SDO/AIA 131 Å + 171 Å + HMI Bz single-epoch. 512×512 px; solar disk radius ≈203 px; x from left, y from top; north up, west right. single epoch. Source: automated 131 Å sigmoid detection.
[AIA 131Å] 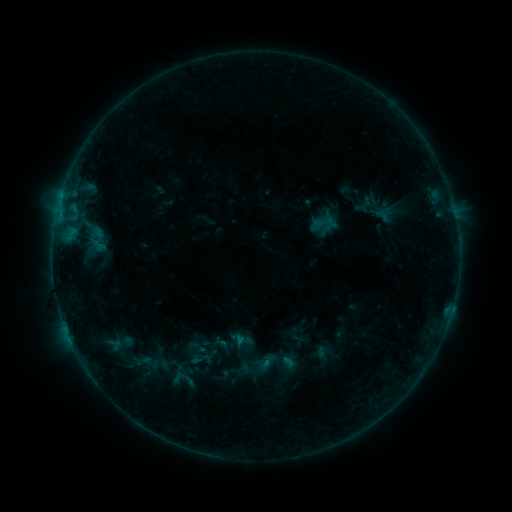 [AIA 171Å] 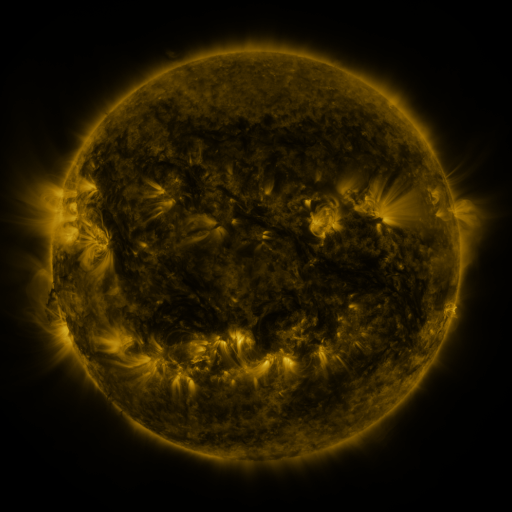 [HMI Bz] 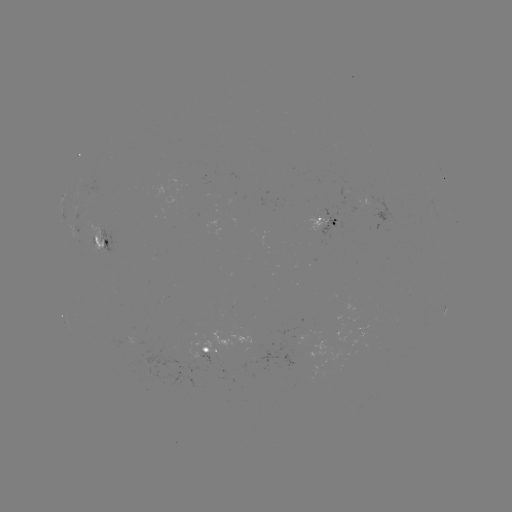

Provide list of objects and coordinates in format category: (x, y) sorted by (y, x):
sigmoid: (96, 238)
